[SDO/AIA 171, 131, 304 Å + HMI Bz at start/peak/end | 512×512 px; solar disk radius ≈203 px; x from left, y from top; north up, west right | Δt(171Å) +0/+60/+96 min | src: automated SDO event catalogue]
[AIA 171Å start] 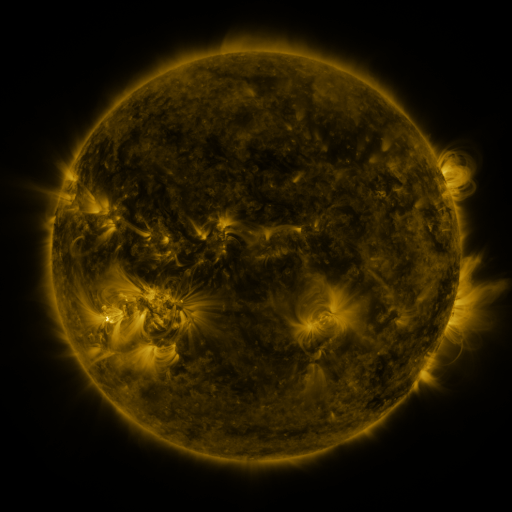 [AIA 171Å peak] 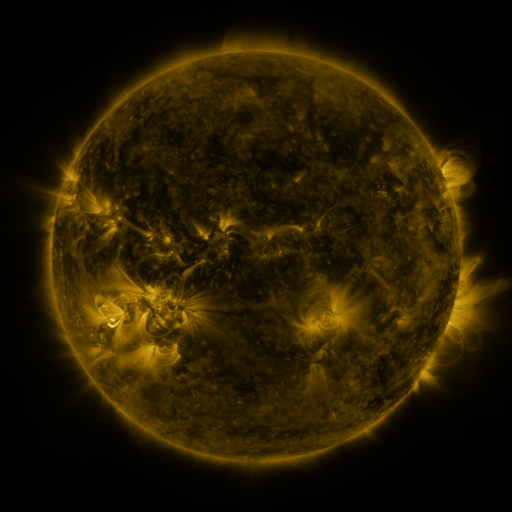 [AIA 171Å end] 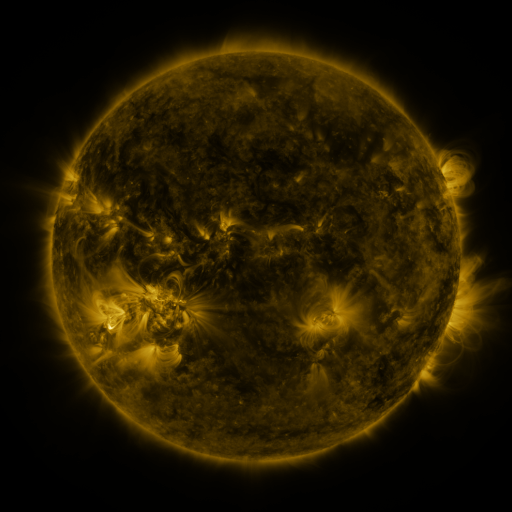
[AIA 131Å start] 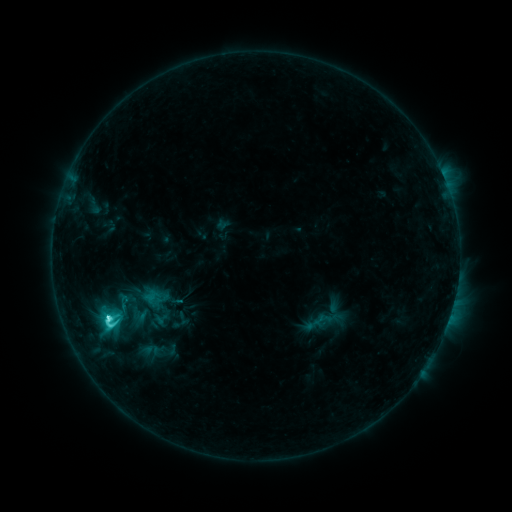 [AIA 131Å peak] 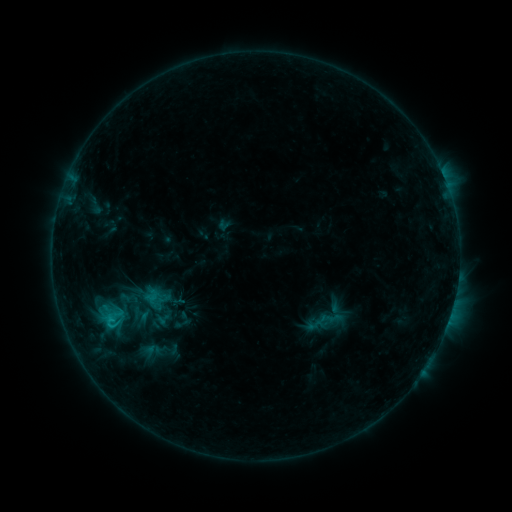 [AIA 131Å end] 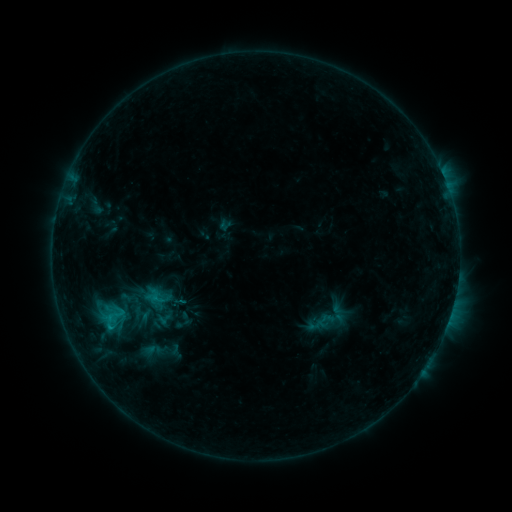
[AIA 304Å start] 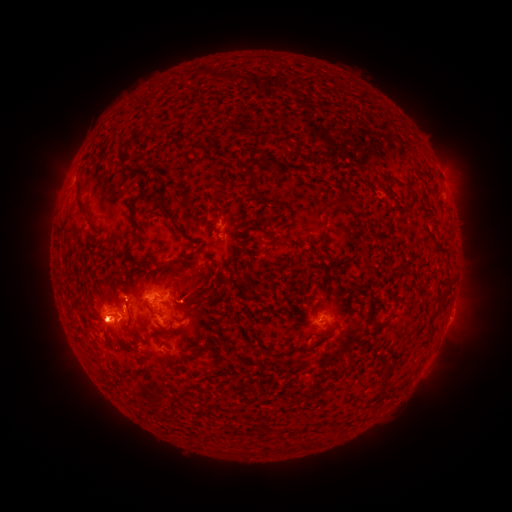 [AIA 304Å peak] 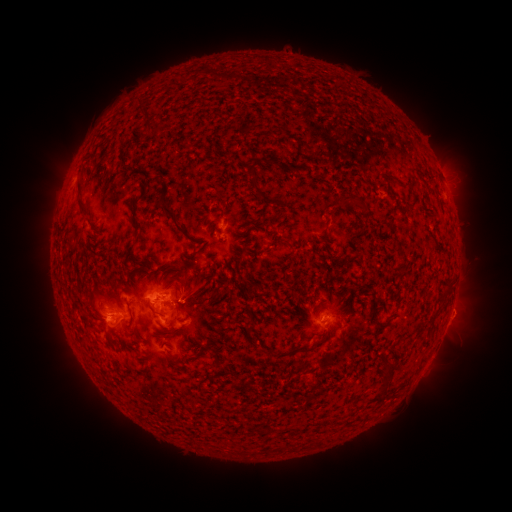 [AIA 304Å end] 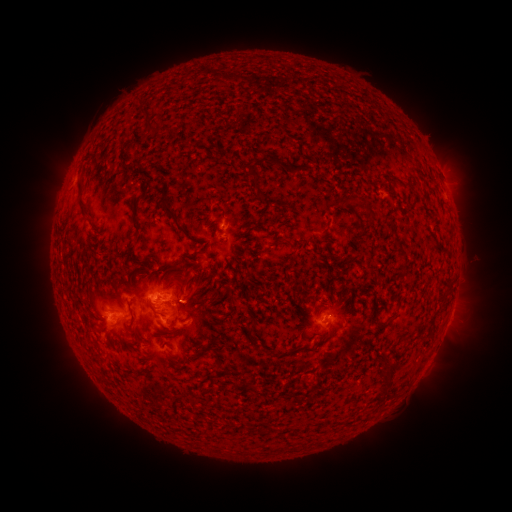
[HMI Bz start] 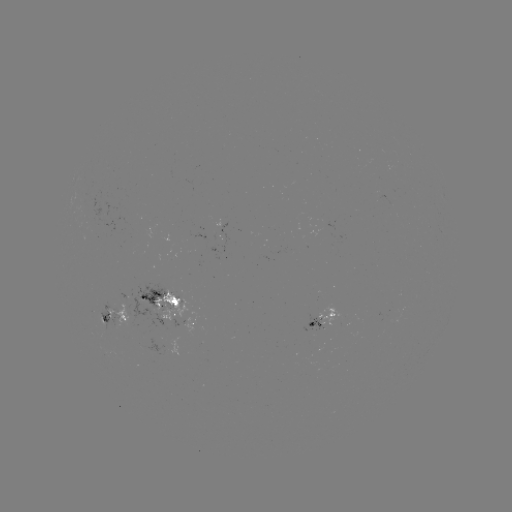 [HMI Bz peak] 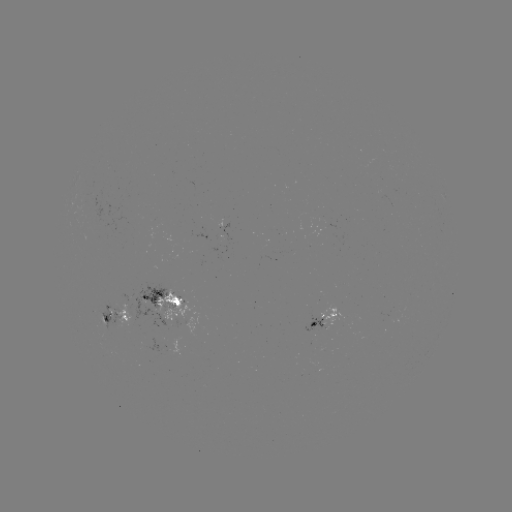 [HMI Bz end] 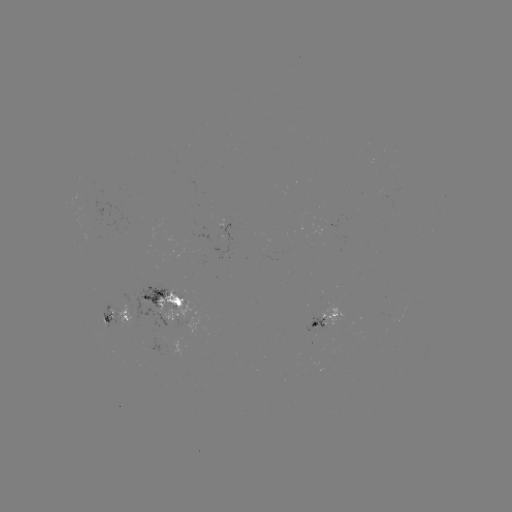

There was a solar emerging-flux region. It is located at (189, 322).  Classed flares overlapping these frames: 1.